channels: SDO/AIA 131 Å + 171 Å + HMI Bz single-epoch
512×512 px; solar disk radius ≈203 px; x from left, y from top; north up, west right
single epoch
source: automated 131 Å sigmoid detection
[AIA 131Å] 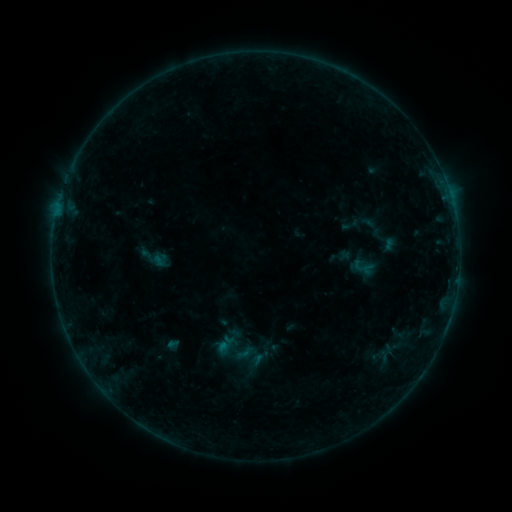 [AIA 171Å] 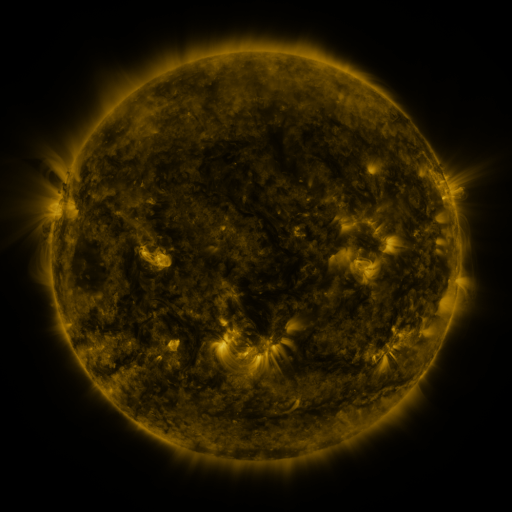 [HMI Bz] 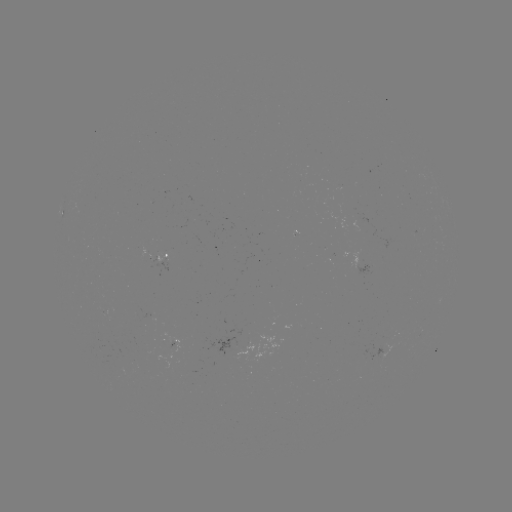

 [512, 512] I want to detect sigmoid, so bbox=[352, 257, 371, 276].